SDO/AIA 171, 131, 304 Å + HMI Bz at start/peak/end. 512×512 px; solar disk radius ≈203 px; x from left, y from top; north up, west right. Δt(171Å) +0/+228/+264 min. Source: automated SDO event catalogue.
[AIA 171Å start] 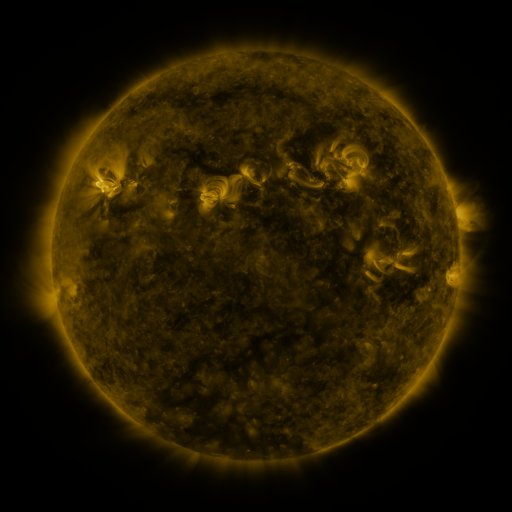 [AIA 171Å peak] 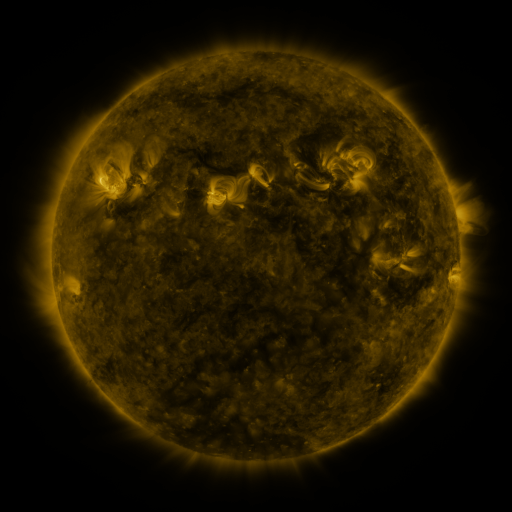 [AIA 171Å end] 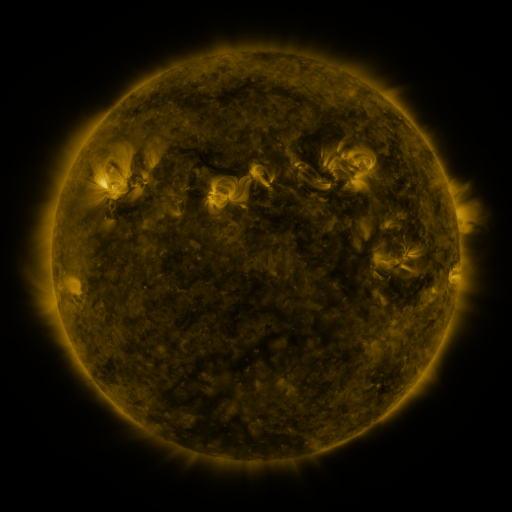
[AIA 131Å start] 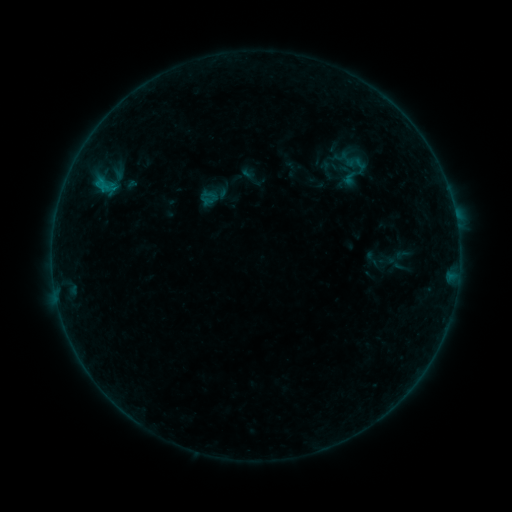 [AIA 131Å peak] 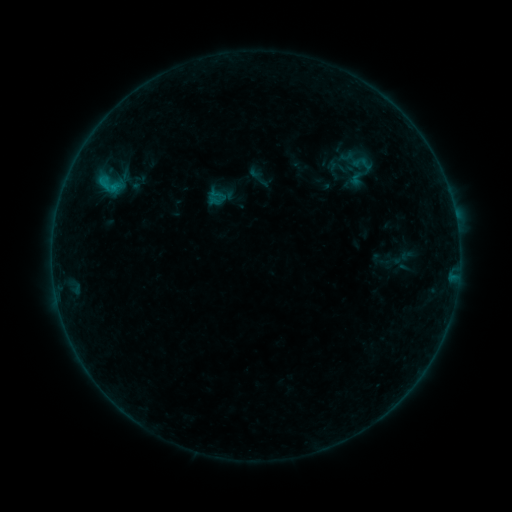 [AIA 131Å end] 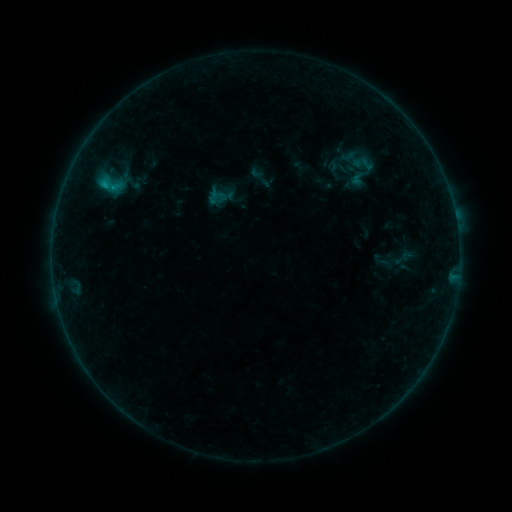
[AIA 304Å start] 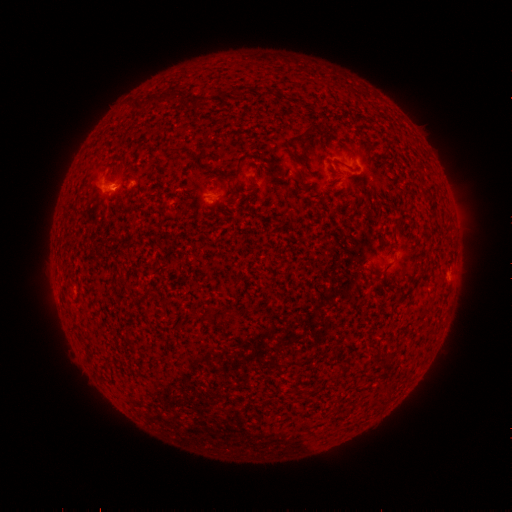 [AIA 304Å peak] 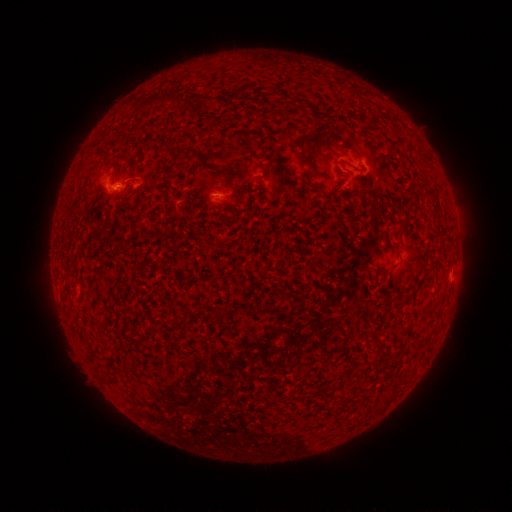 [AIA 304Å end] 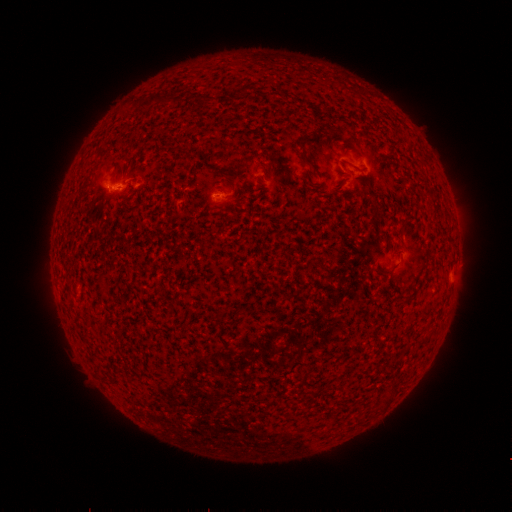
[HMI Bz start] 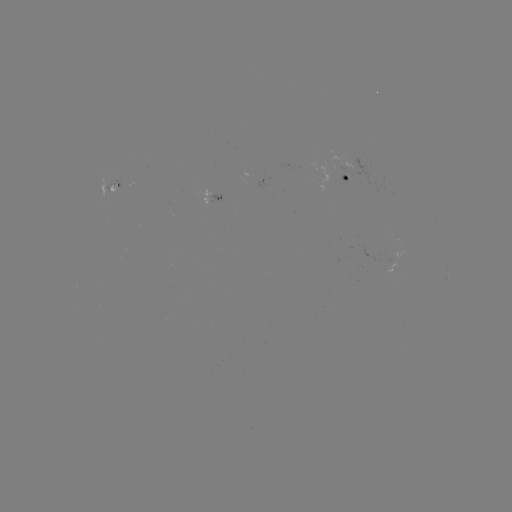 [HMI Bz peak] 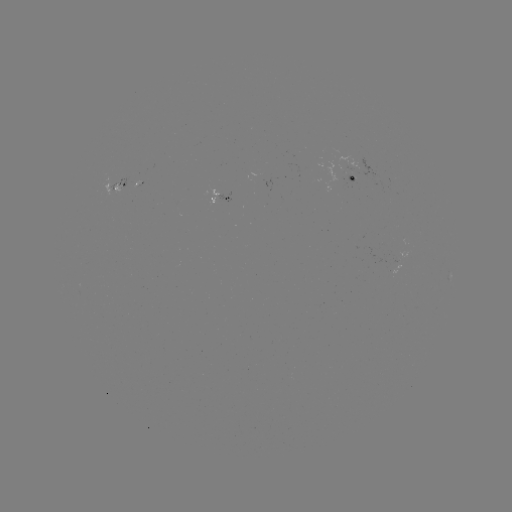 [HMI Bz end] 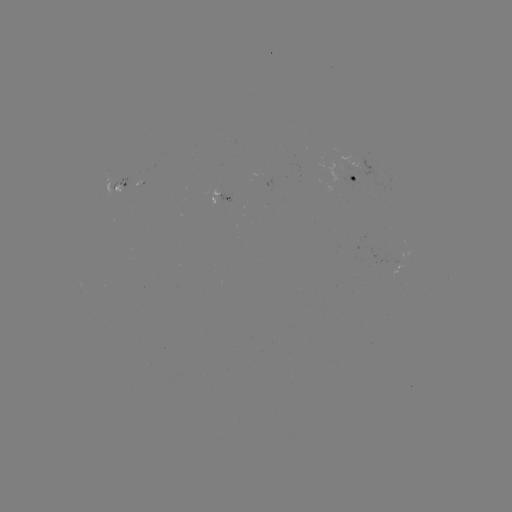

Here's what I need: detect emerging-flux region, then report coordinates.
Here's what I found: emerging-flux region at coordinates [131, 182].